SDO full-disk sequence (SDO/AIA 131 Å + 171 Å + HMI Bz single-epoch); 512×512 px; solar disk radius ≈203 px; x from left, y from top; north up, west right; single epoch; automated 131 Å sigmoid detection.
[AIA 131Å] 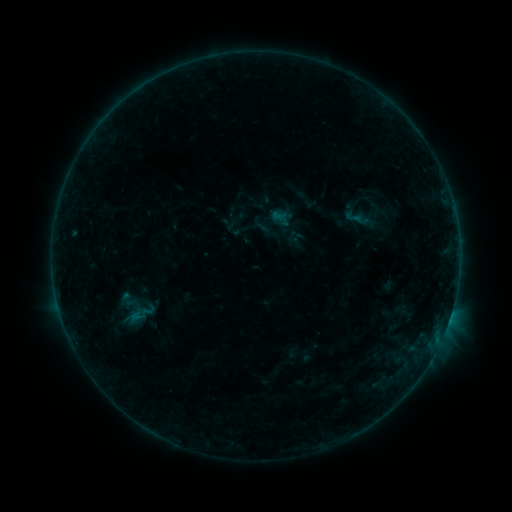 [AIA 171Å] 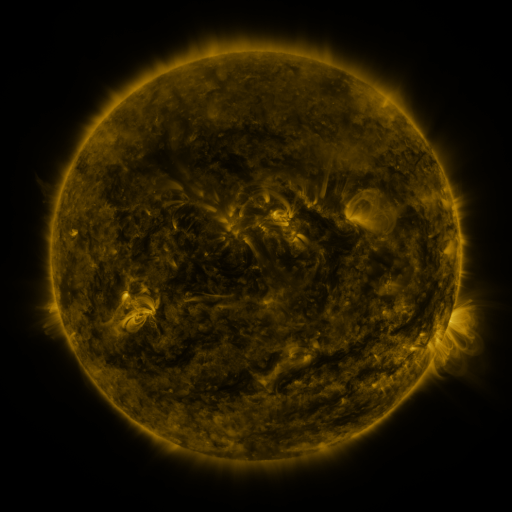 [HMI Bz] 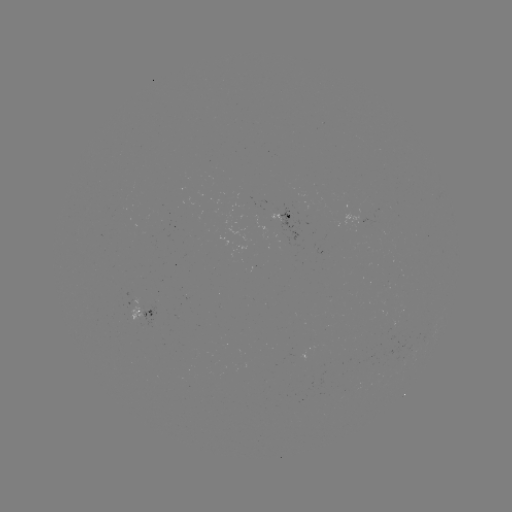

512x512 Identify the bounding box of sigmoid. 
[343, 209, 364, 226].